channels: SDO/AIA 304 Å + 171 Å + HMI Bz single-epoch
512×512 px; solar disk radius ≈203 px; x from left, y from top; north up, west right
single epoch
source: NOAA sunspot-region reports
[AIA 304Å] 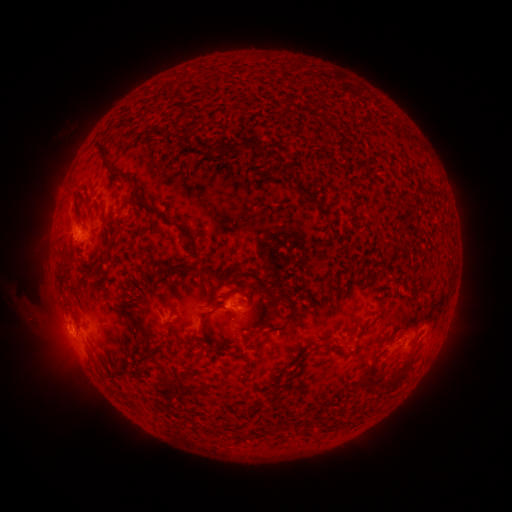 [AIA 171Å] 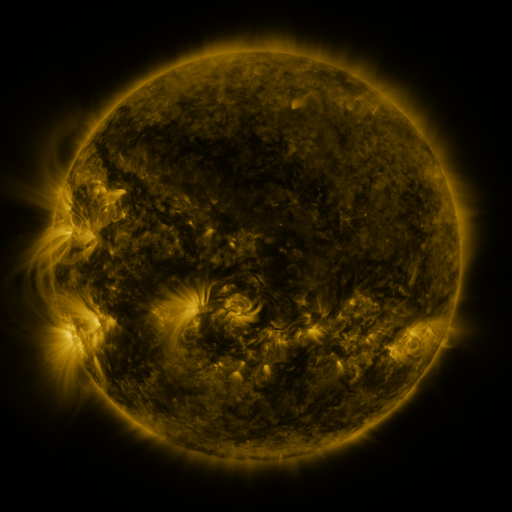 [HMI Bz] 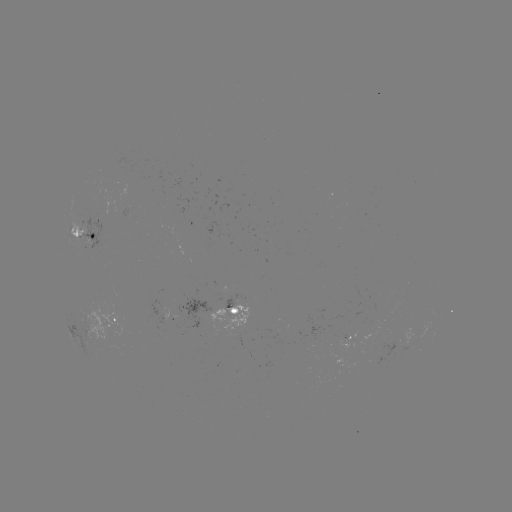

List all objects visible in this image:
spotted active region: (85, 234)
spotted active region: (234, 310)
spotted active region: (116, 322)
spotted active region: (71, 327)
spotted active region: (352, 338)
